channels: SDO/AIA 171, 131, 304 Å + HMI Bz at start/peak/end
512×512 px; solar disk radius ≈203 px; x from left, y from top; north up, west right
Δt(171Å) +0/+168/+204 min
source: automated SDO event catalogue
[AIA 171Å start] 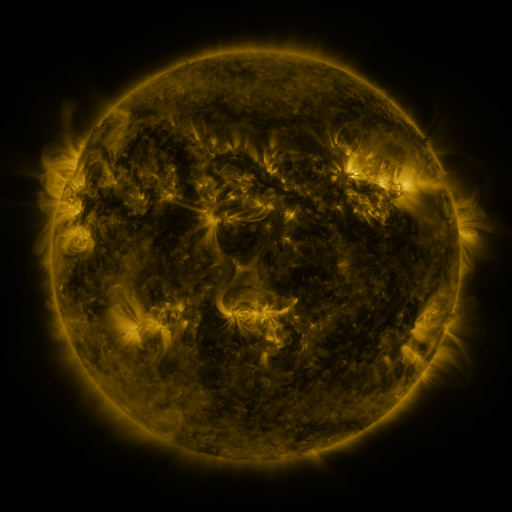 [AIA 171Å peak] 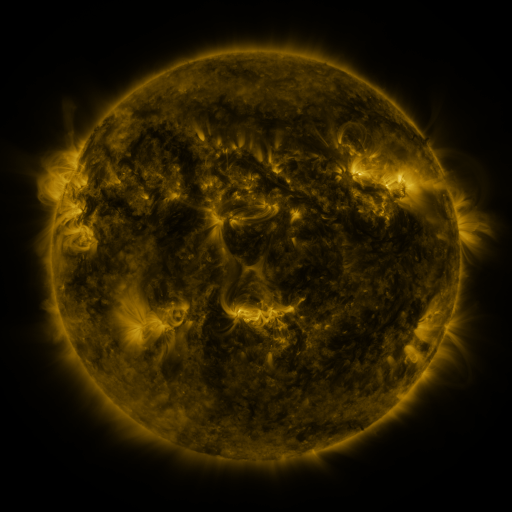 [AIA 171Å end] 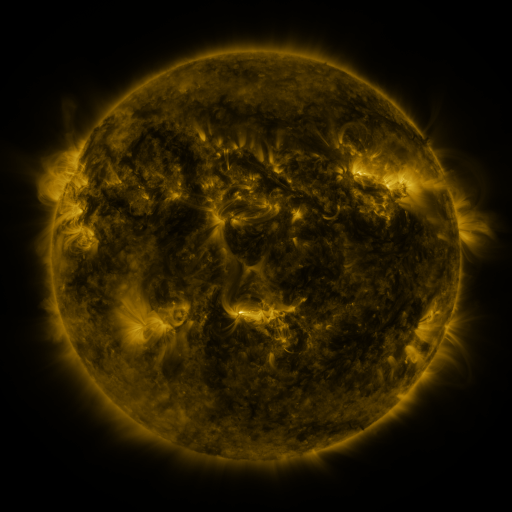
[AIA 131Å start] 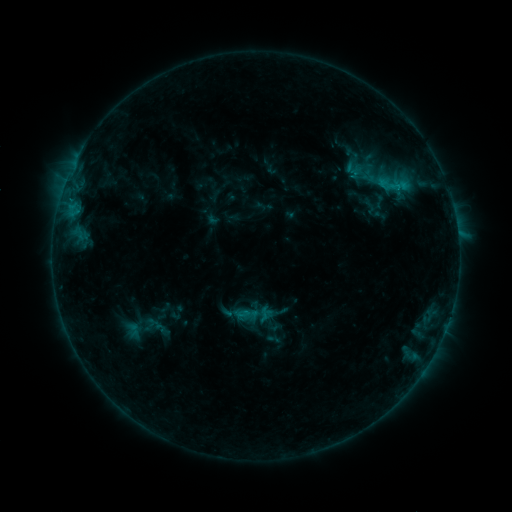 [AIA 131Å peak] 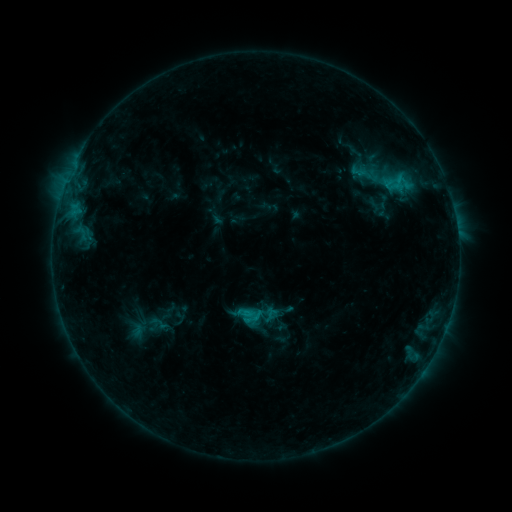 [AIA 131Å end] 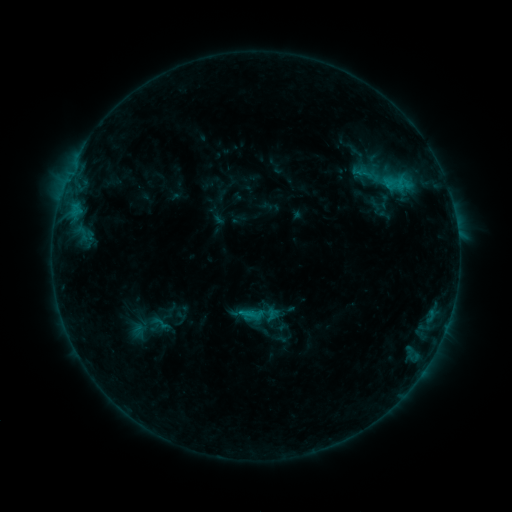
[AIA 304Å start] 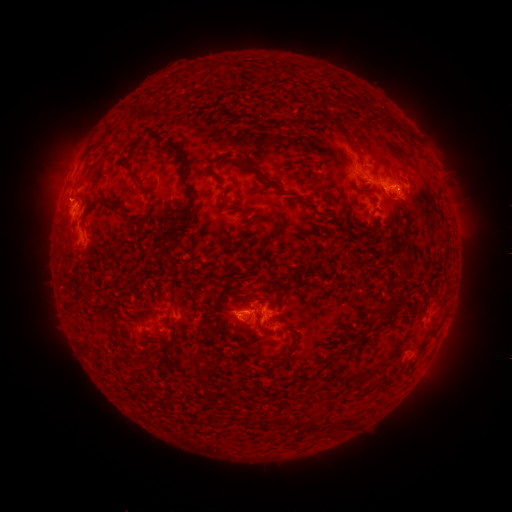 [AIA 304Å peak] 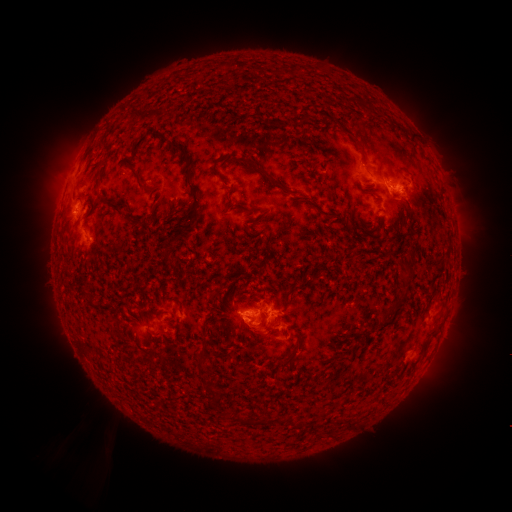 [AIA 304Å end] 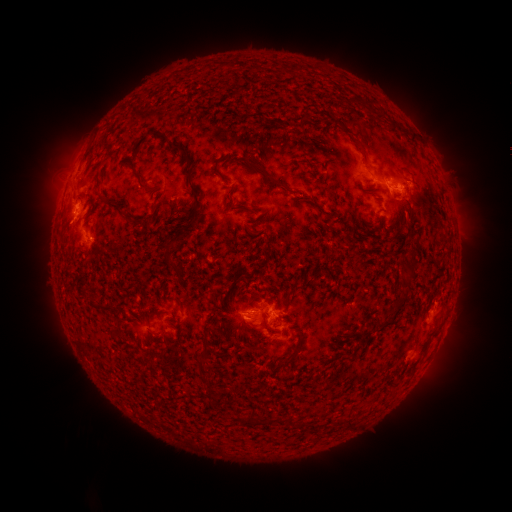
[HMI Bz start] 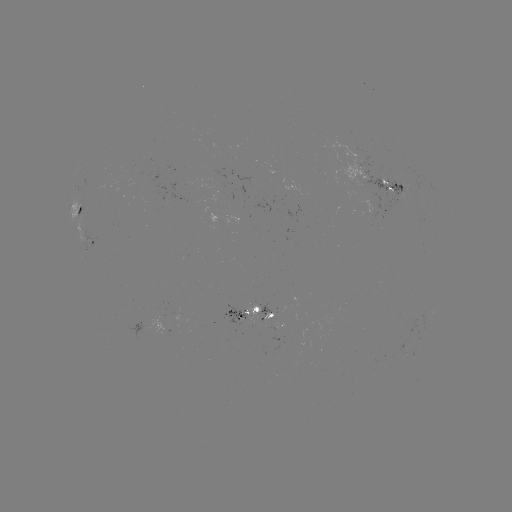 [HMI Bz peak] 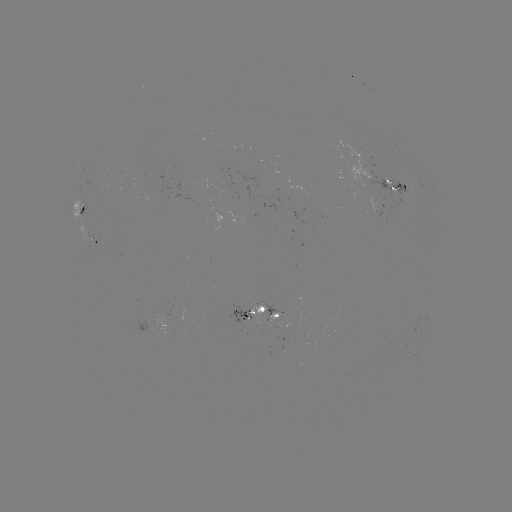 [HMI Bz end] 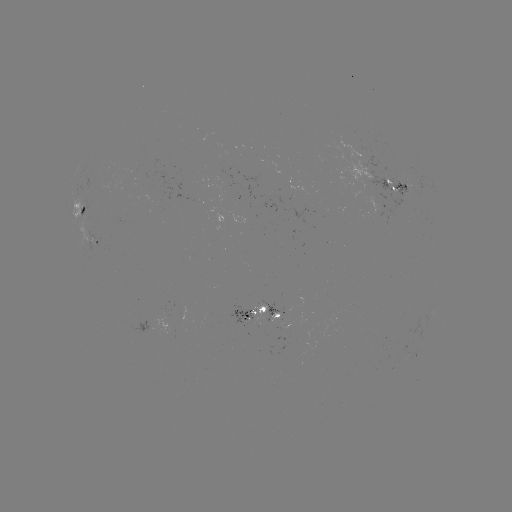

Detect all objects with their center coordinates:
emerging-flux region: (243, 318)
